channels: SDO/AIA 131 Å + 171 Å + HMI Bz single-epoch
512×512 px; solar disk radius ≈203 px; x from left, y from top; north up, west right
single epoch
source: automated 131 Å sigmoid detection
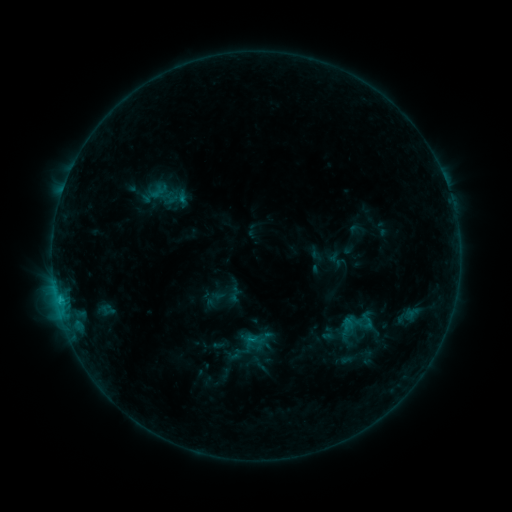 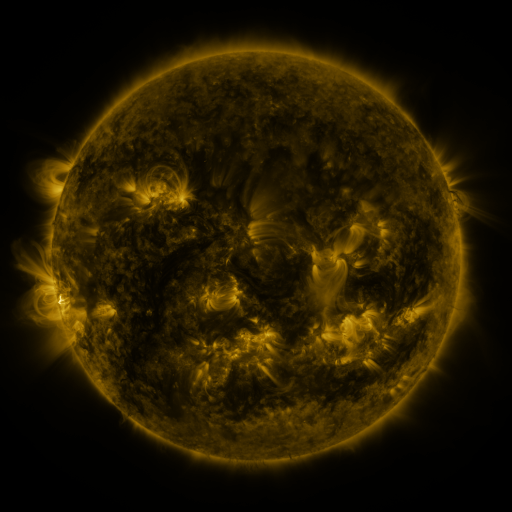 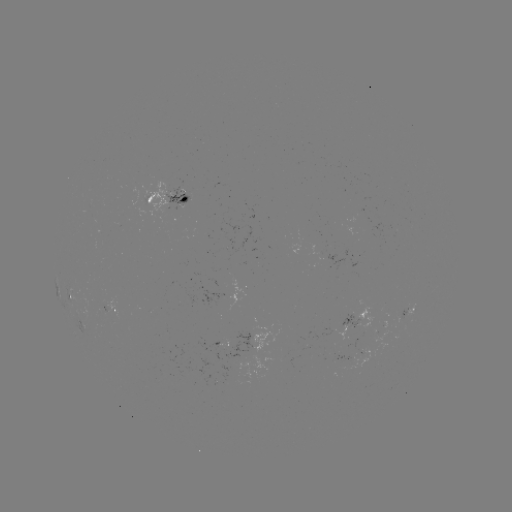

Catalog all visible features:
sigmoid: <bbox>225, 285, 243, 303</bbox>
sigmoid: <bbox>251, 327, 274, 350</bbox>
